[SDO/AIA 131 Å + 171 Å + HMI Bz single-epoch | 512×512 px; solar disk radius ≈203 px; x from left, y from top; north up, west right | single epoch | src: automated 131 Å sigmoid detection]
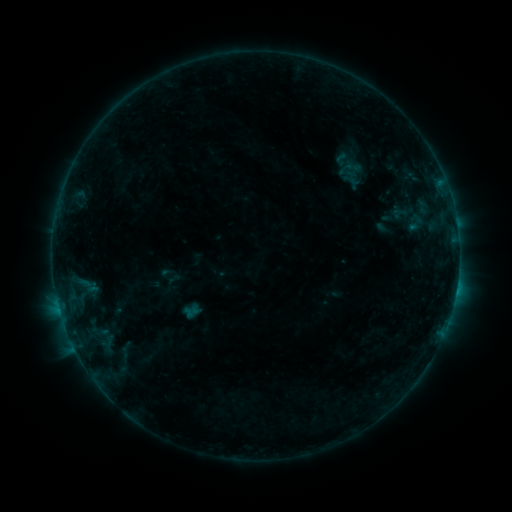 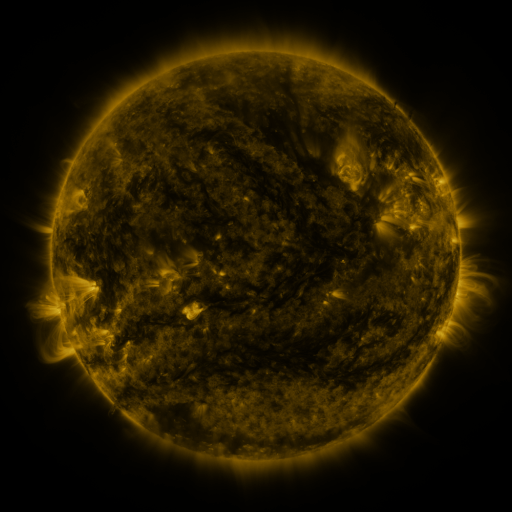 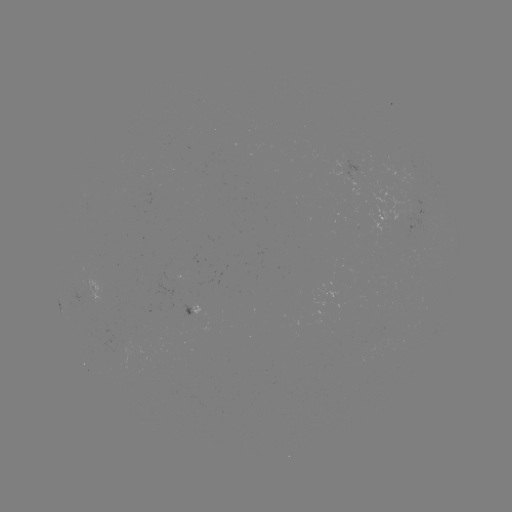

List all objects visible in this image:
sigmoid: <bbox>334, 160, 362, 181</bbox>
